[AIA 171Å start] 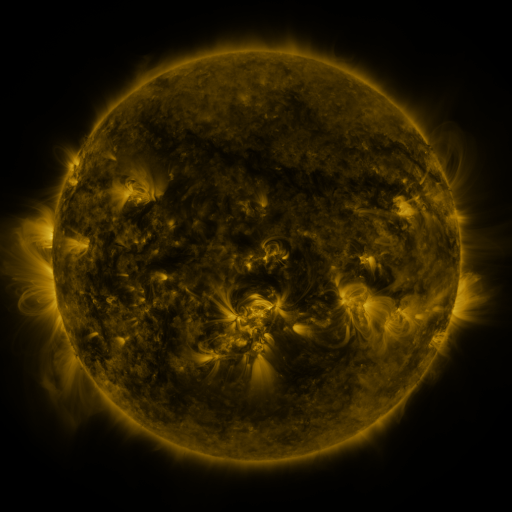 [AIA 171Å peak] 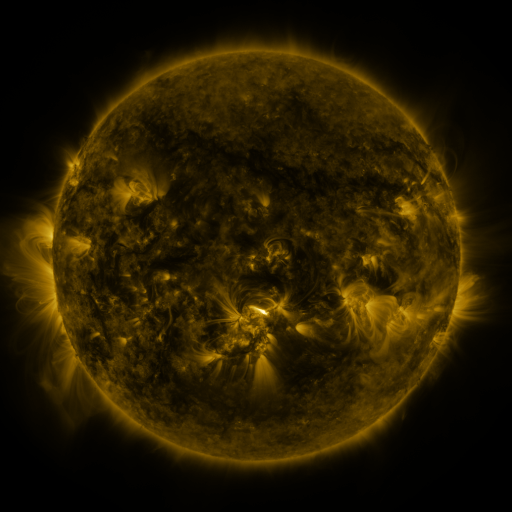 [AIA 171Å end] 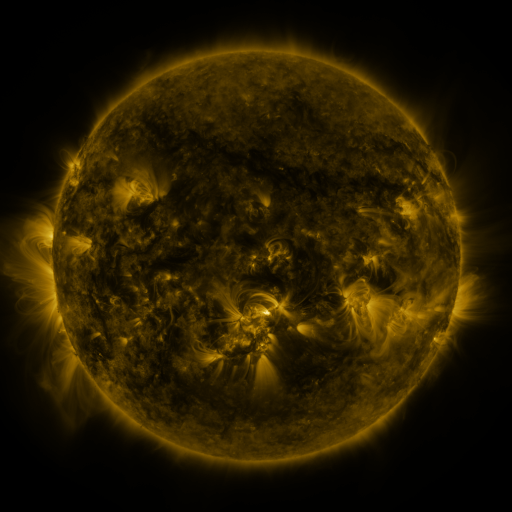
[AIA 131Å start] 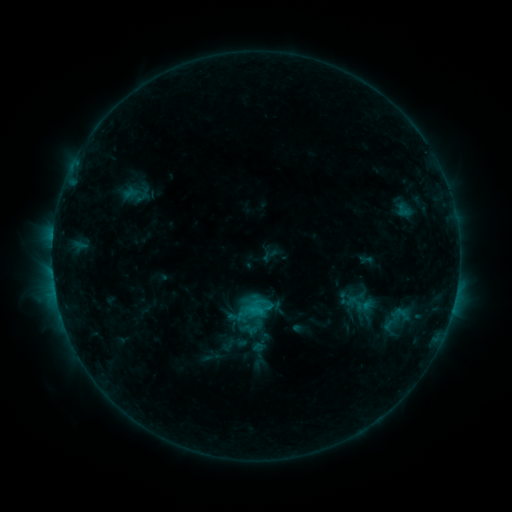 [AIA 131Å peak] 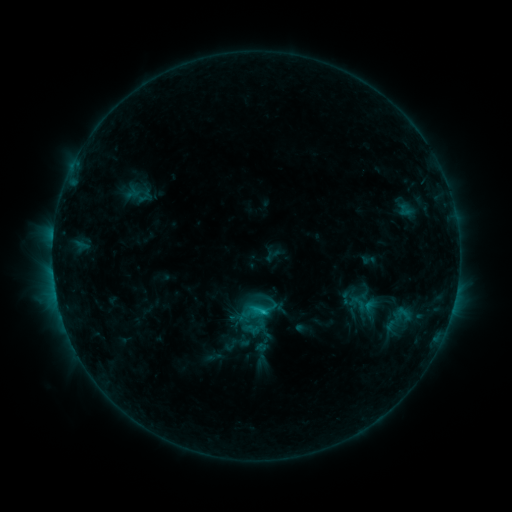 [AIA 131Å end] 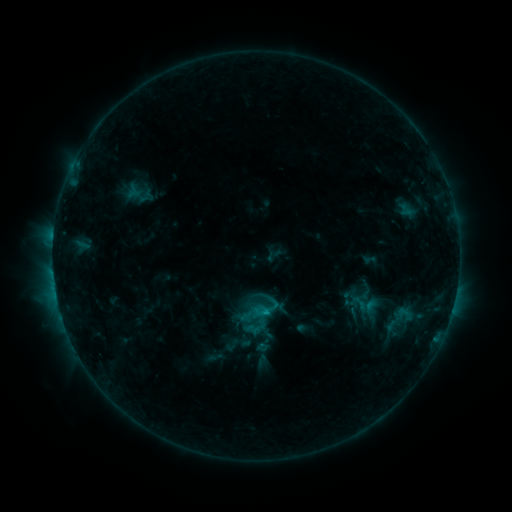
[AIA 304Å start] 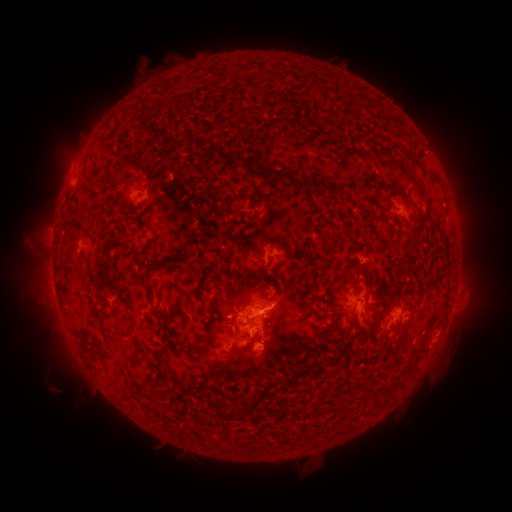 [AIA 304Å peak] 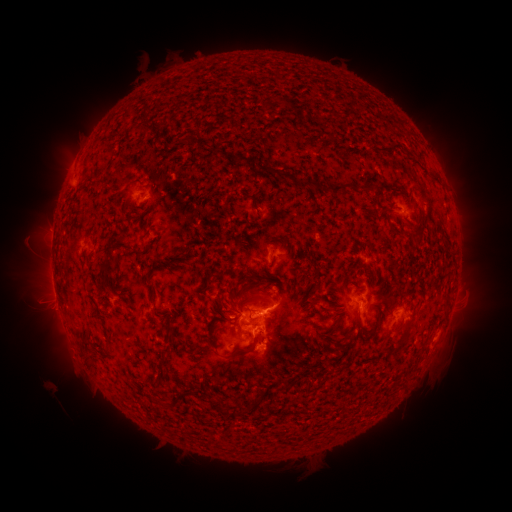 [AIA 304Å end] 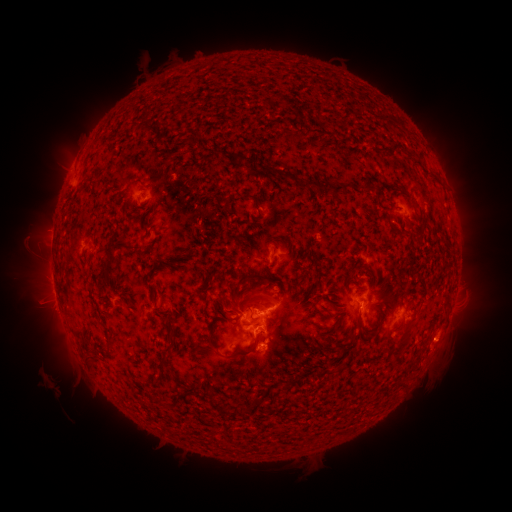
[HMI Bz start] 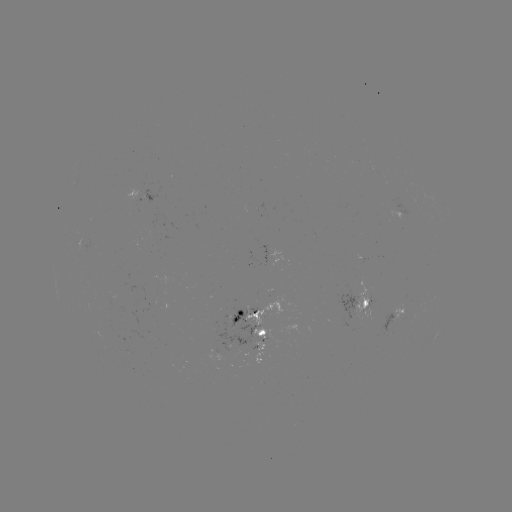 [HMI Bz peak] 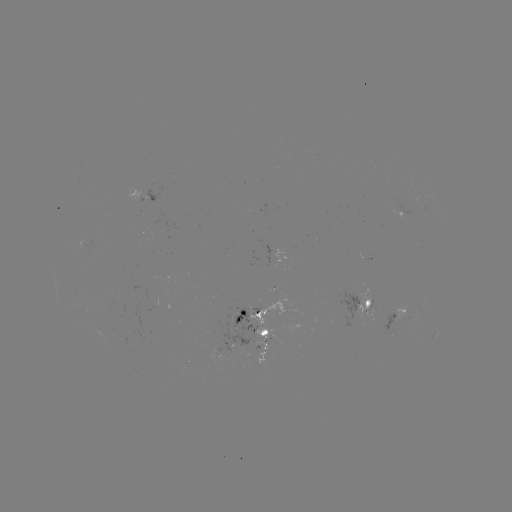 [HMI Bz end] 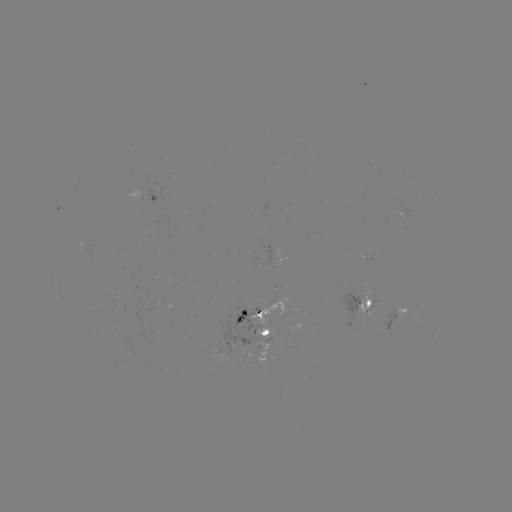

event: emerging-flux region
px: (84, 245)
